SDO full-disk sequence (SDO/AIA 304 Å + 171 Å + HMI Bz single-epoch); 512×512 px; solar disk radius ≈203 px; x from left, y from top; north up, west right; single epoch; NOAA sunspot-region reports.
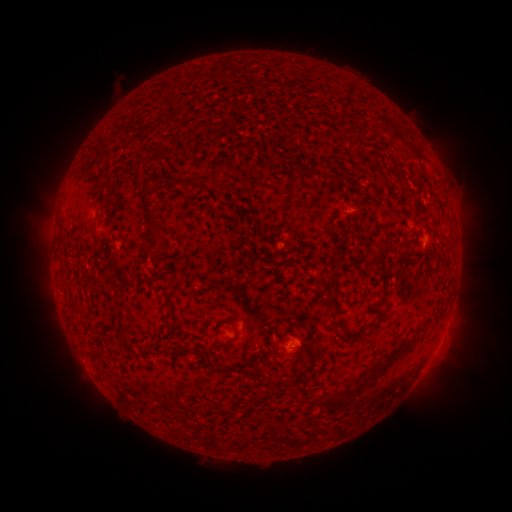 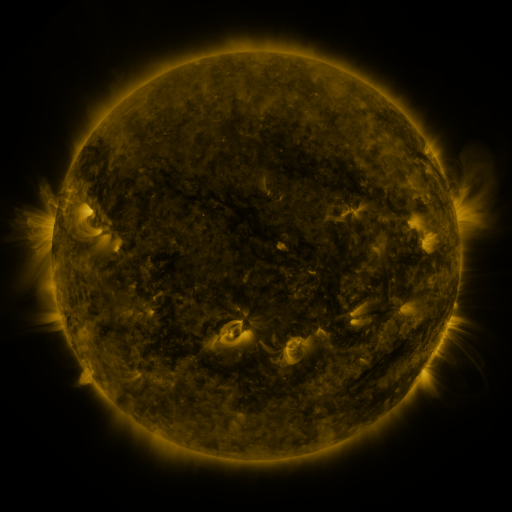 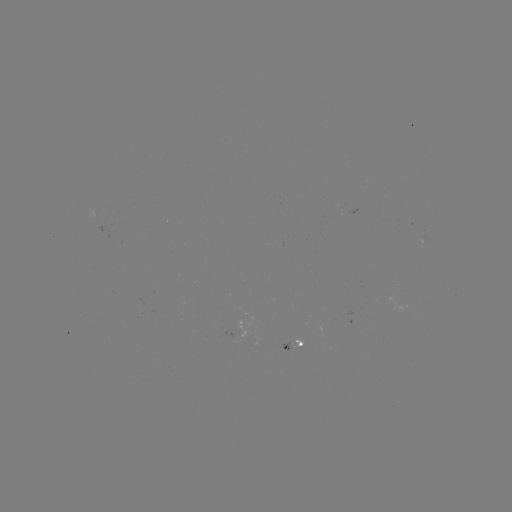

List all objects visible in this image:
spotted active region: (353, 210)
spotted active region: (423, 240)
spotted active region: (298, 347)
